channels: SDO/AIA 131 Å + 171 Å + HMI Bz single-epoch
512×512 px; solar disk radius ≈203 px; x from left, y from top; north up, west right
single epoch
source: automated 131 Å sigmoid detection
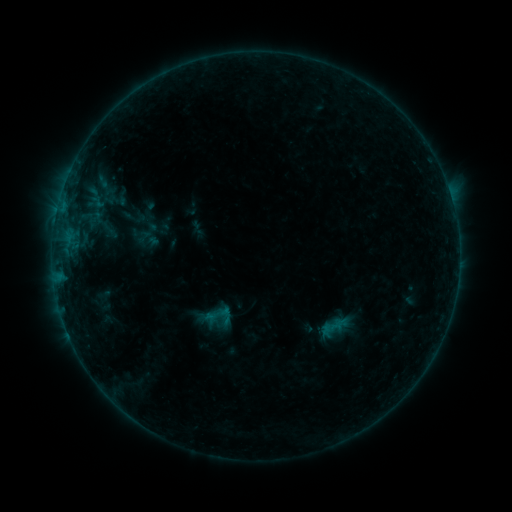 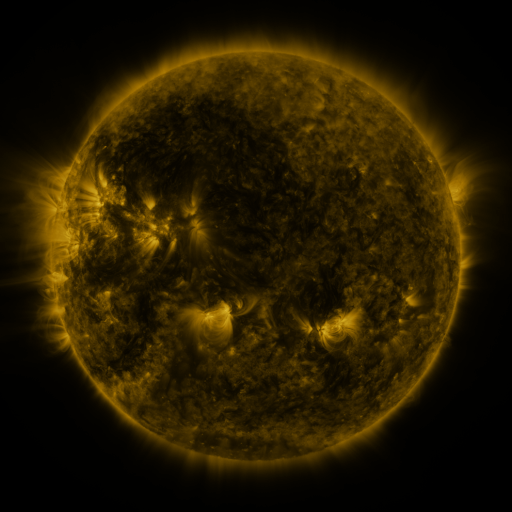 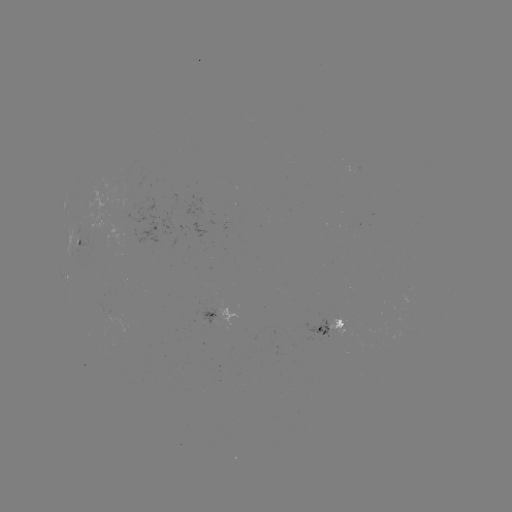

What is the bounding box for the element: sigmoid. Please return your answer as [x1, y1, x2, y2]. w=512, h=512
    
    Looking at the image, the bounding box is [202, 300, 235, 332].